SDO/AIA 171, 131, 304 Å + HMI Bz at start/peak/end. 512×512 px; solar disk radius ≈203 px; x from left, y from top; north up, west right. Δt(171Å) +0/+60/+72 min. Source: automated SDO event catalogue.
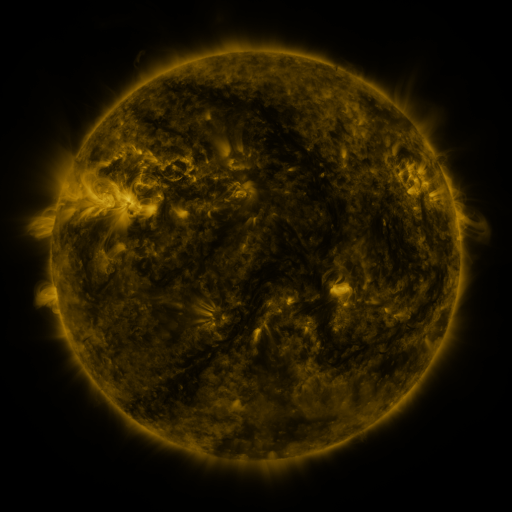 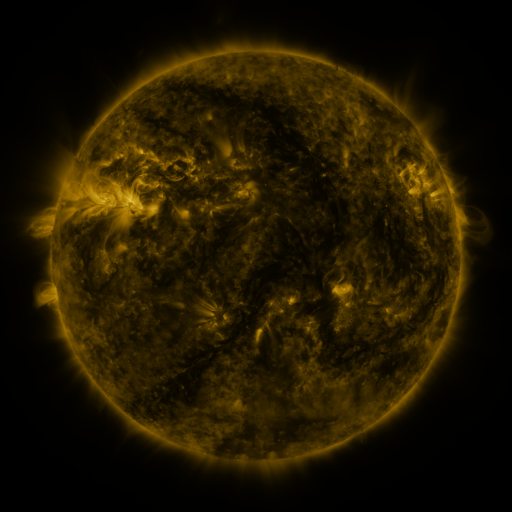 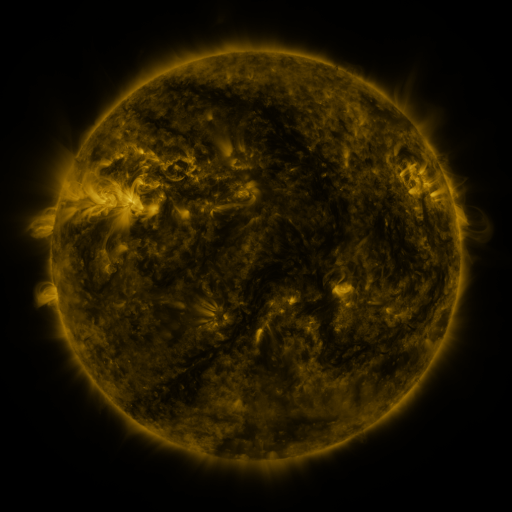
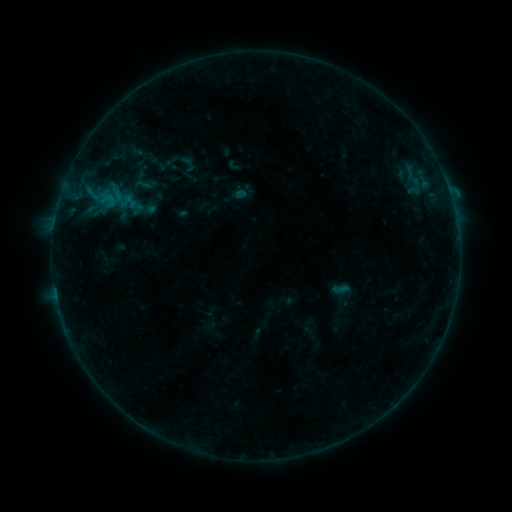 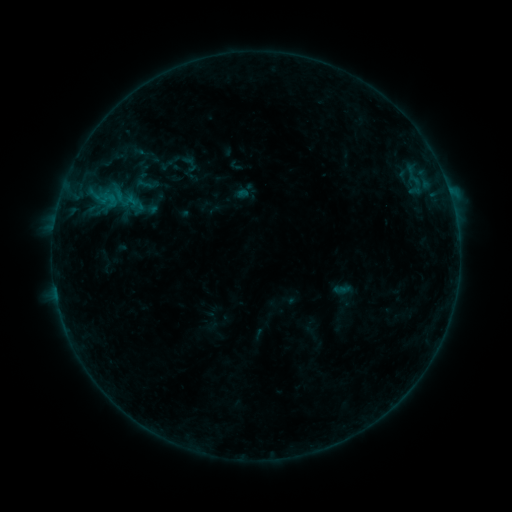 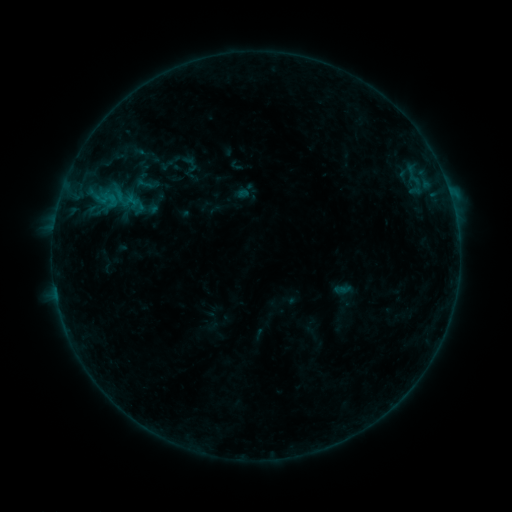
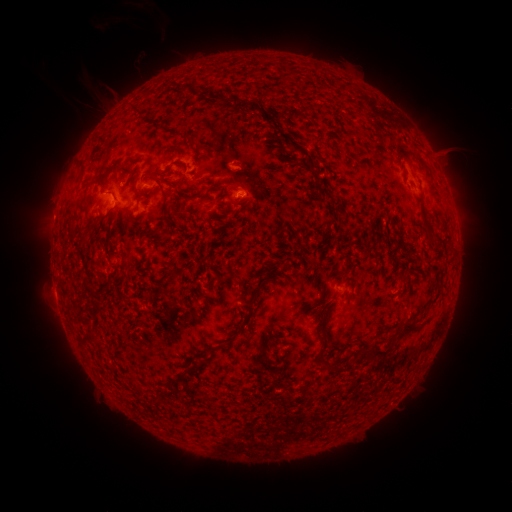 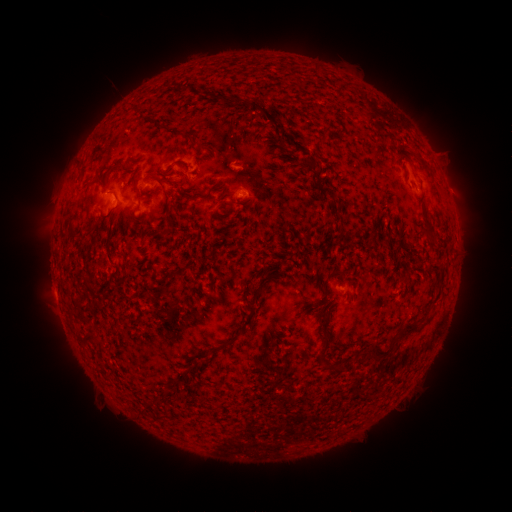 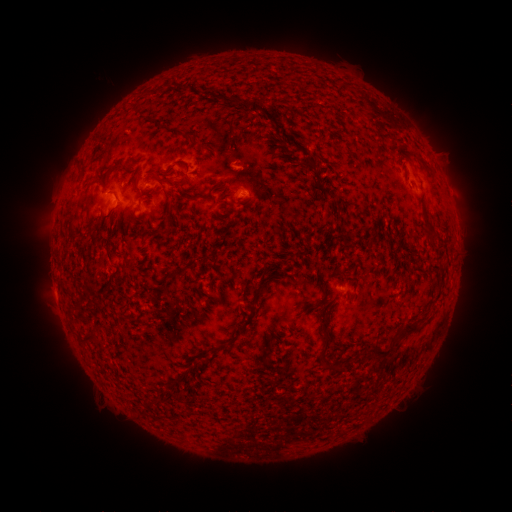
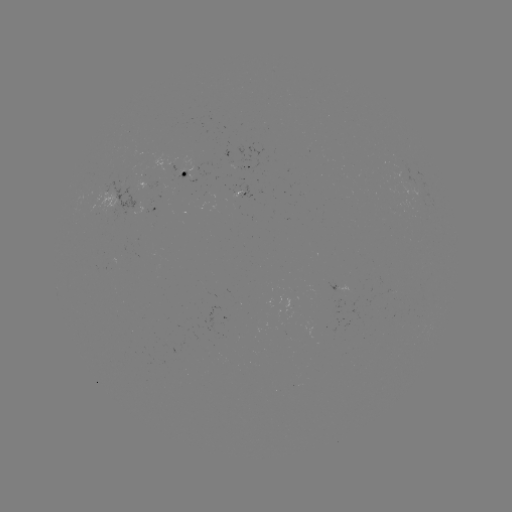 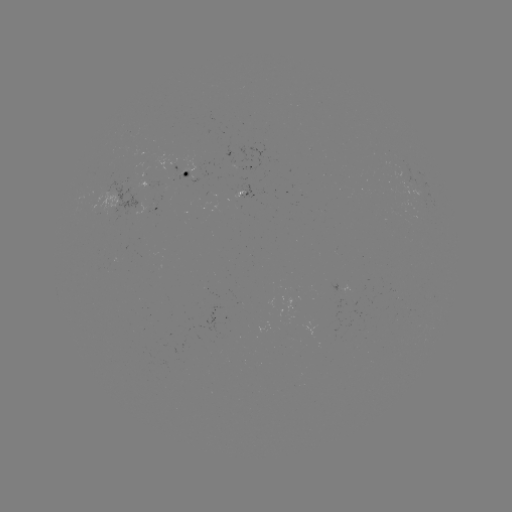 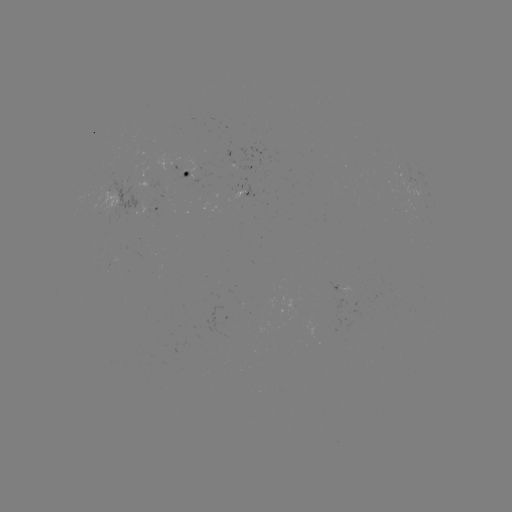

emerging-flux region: <bbox>138, 175, 146, 191</bbox>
